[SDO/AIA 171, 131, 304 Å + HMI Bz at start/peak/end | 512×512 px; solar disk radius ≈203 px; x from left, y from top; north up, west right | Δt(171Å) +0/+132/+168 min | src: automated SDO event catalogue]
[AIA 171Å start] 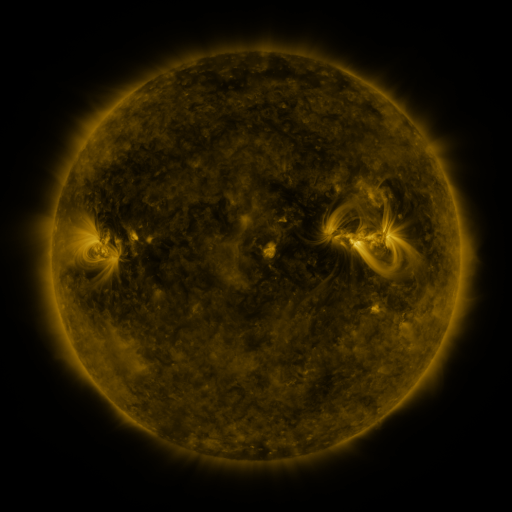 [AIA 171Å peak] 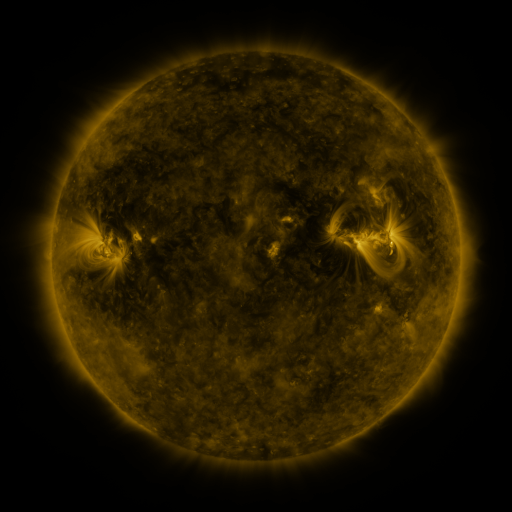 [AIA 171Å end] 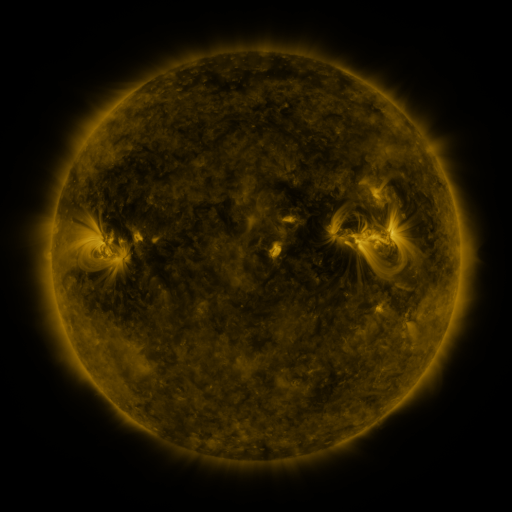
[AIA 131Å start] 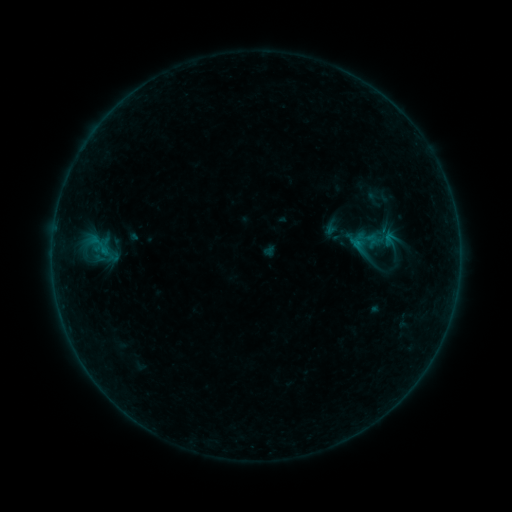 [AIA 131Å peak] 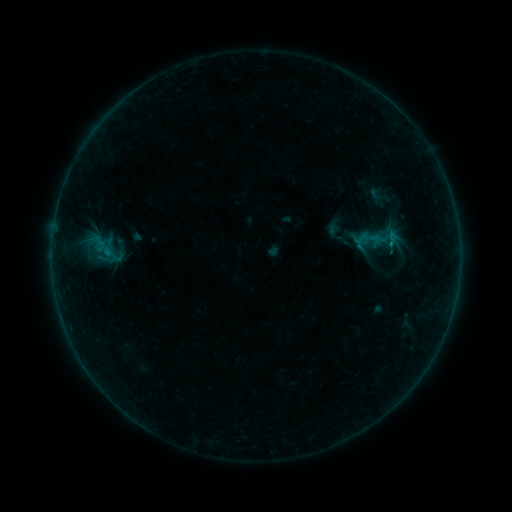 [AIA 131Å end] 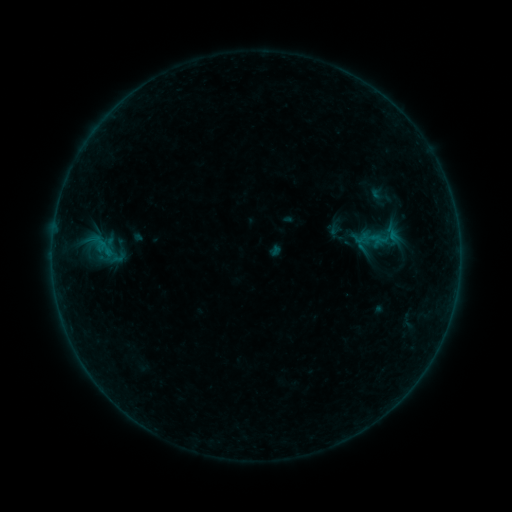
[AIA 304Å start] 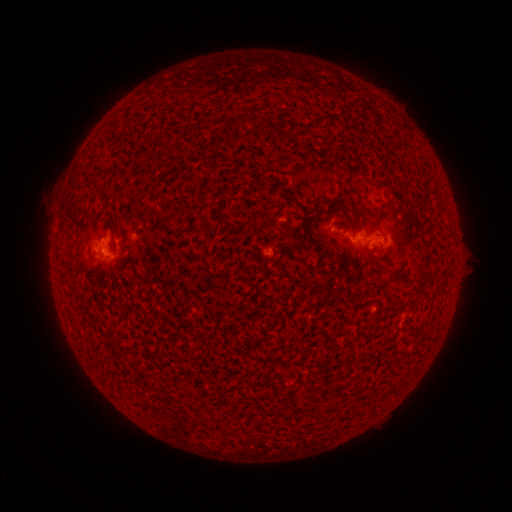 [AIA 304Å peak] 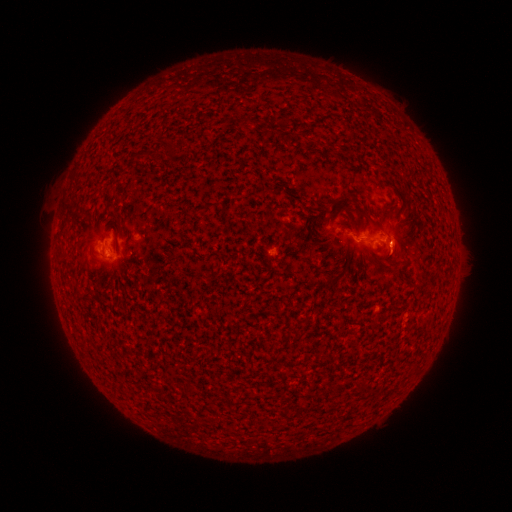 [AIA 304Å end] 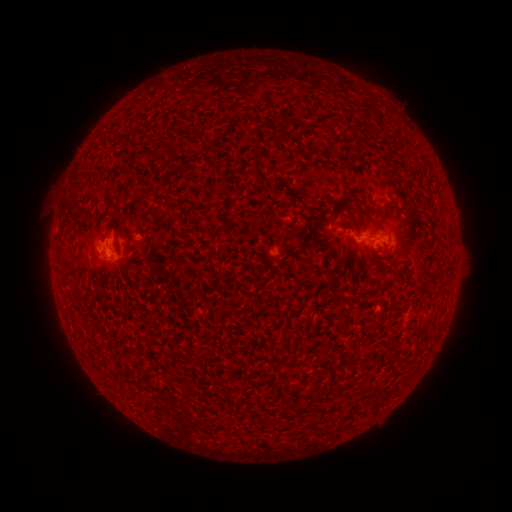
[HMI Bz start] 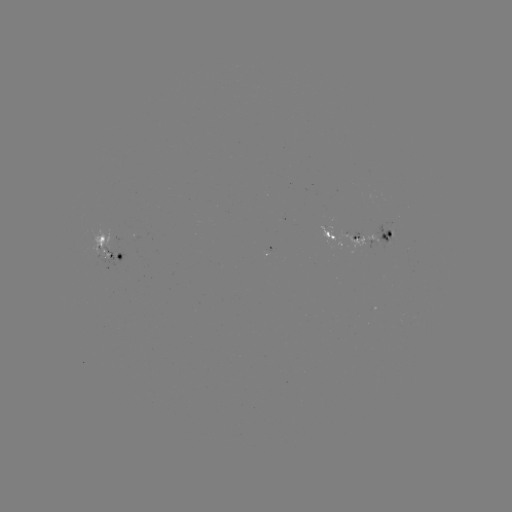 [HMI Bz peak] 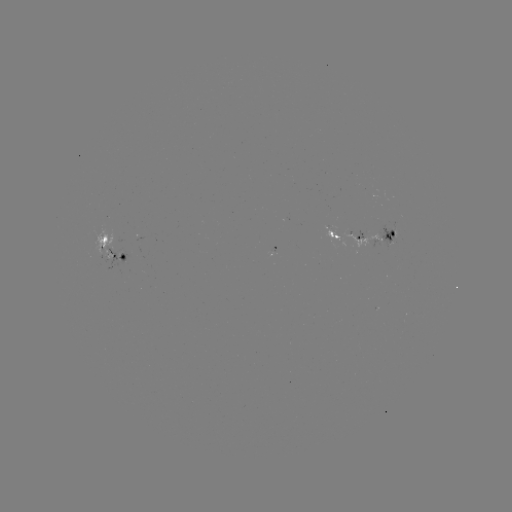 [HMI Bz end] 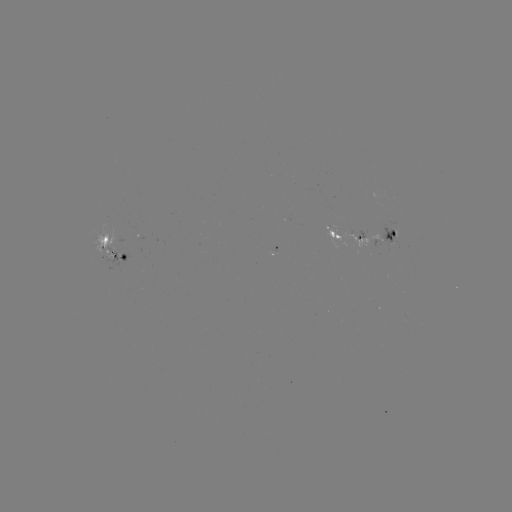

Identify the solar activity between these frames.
emerging-flux region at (356, 236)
